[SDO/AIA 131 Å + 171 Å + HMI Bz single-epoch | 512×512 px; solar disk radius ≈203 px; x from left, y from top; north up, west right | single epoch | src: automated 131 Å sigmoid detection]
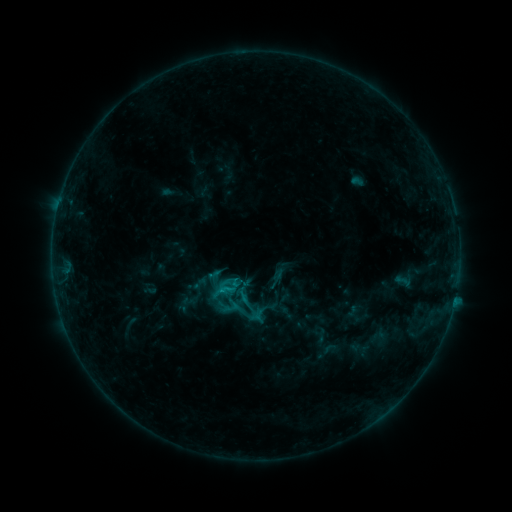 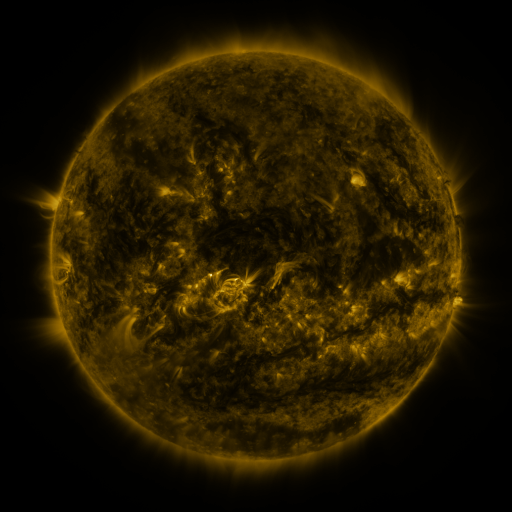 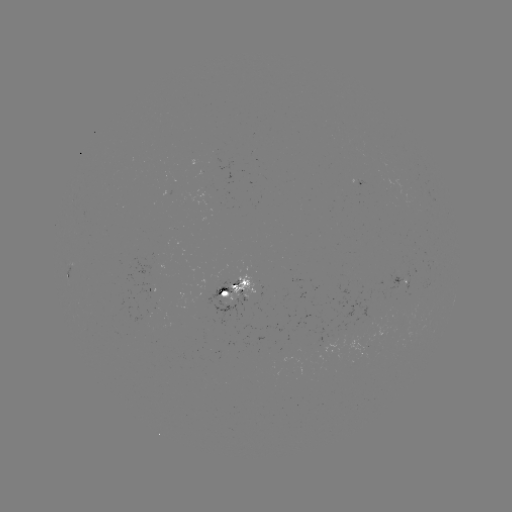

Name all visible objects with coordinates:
sigmoid: [216, 277, 241, 300]
sigmoid: [229, 294, 267, 330]
